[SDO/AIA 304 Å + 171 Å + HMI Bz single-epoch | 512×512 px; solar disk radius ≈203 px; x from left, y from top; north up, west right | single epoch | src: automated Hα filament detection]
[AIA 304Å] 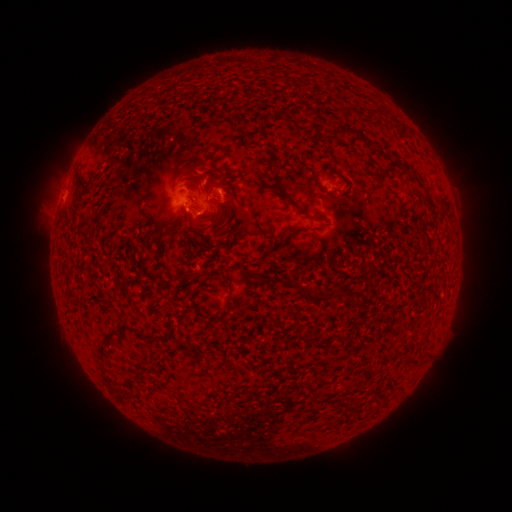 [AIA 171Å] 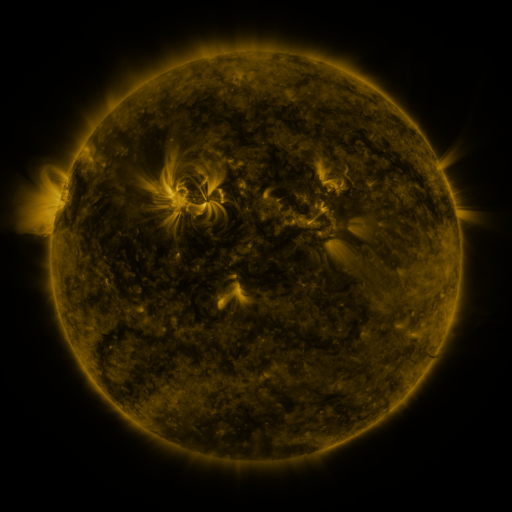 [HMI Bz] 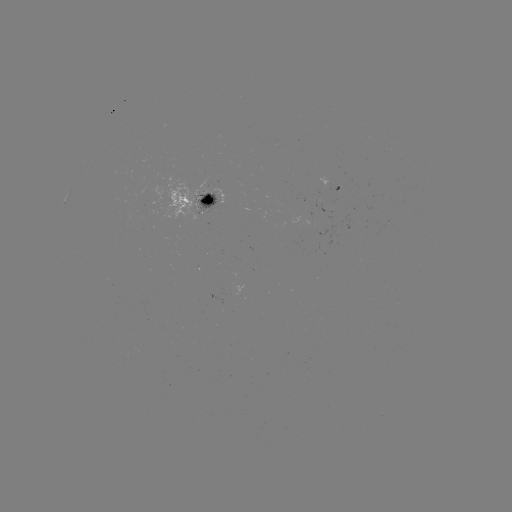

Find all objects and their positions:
filament: (304, 77)
filament: (376, 110)
filament: (360, 112)
filament: (358, 135)
filament: (382, 151)
filament: (213, 175)
filament: (200, 179)
filament: (191, 187)
filament: (291, 202)
filament: (443, 203)
filament: (319, 216)
filament: (246, 221)
filament: (190, 275)
filament: (318, 297)
filament: (132, 329)
filament: (413, 361)
filament: (315, 397)
filament: (340, 400)
